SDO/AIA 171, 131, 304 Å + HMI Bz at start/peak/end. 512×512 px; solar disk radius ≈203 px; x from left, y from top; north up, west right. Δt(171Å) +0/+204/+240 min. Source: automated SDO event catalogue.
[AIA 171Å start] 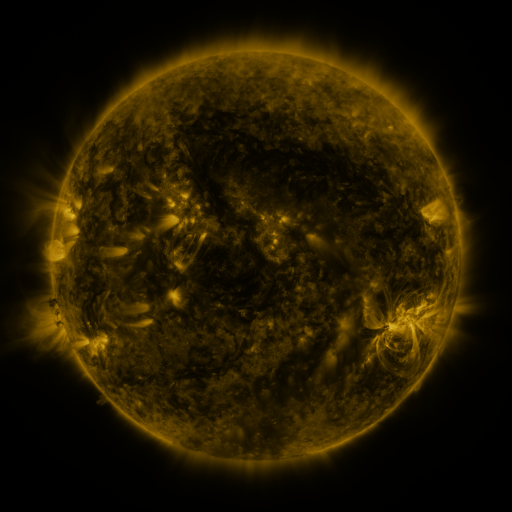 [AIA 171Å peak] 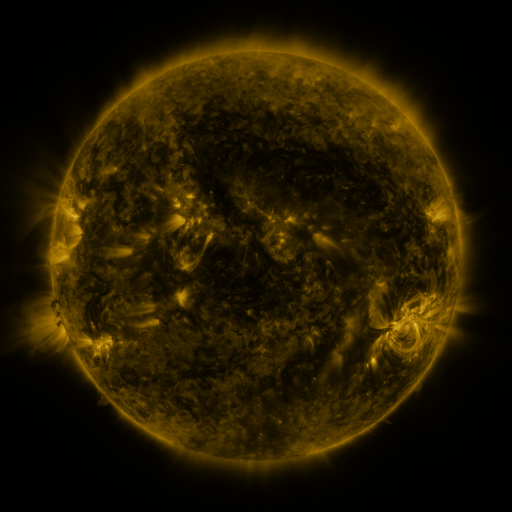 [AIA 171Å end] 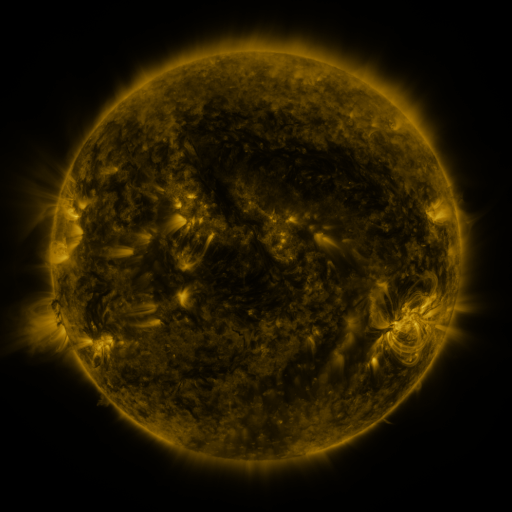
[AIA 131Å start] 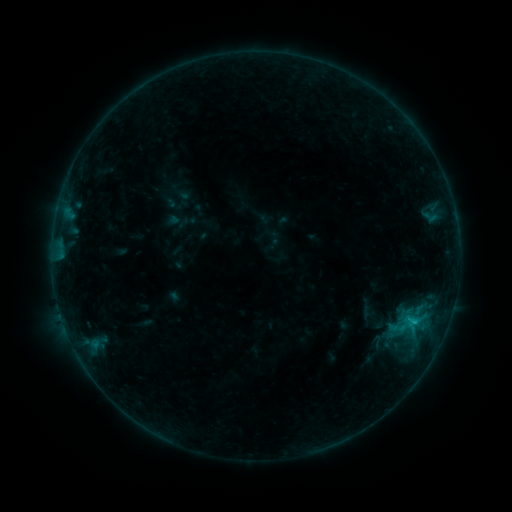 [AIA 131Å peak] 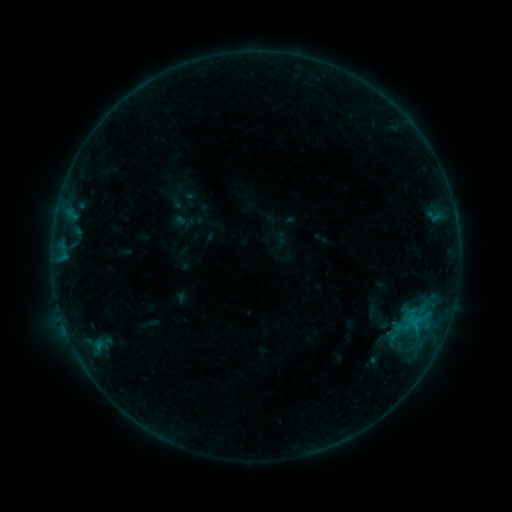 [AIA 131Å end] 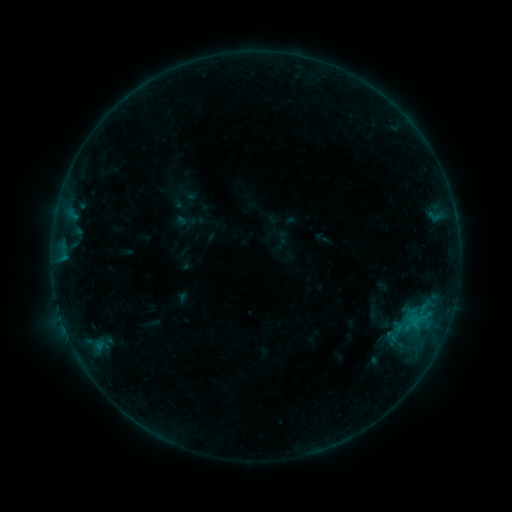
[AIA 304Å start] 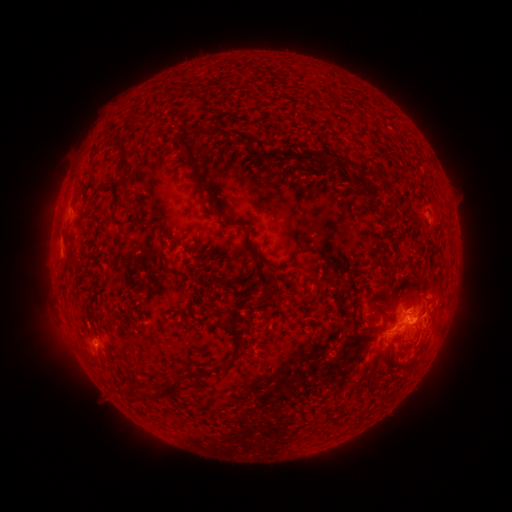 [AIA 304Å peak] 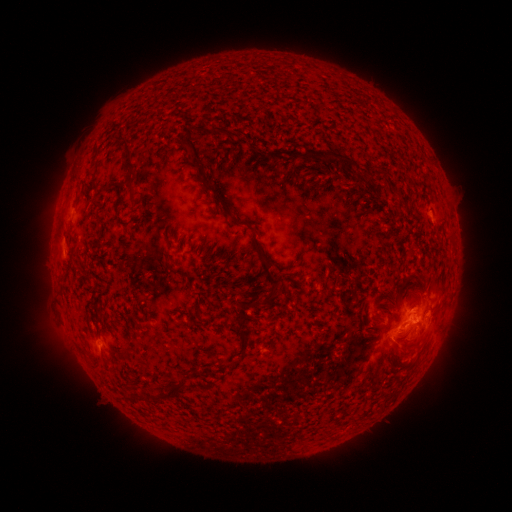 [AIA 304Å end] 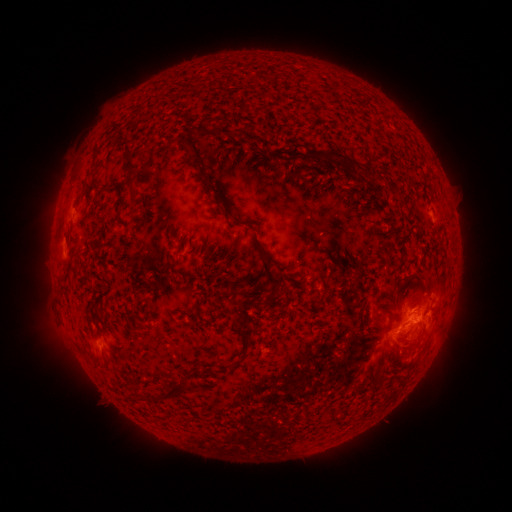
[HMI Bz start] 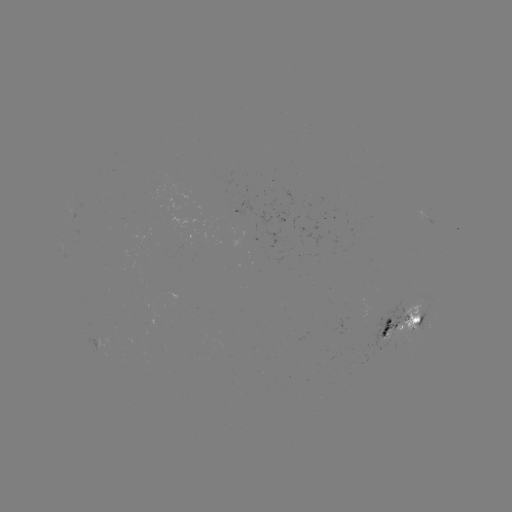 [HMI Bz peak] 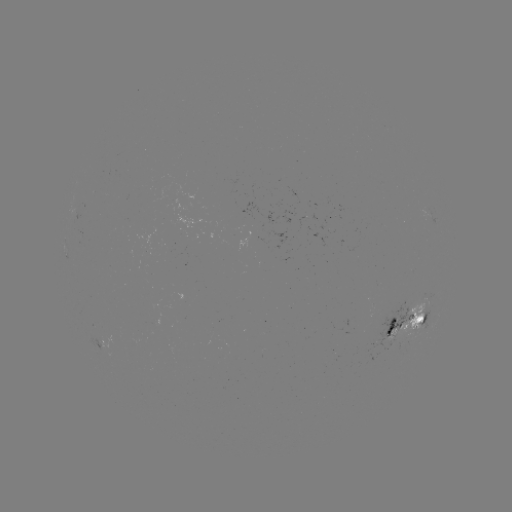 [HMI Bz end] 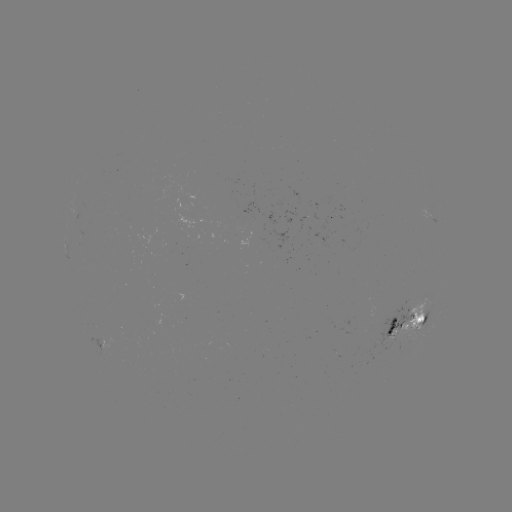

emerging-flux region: <bbox>163, 344, 175, 355</bbox>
